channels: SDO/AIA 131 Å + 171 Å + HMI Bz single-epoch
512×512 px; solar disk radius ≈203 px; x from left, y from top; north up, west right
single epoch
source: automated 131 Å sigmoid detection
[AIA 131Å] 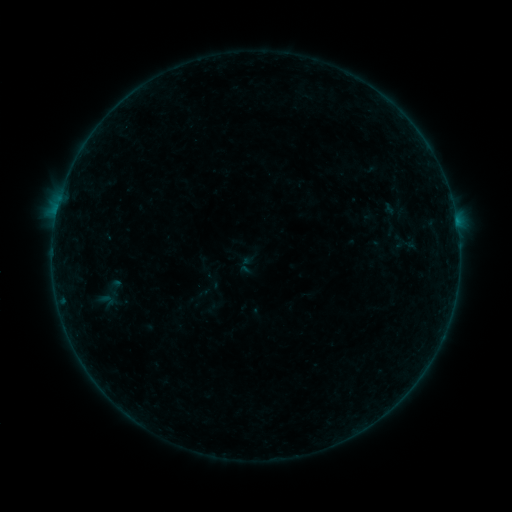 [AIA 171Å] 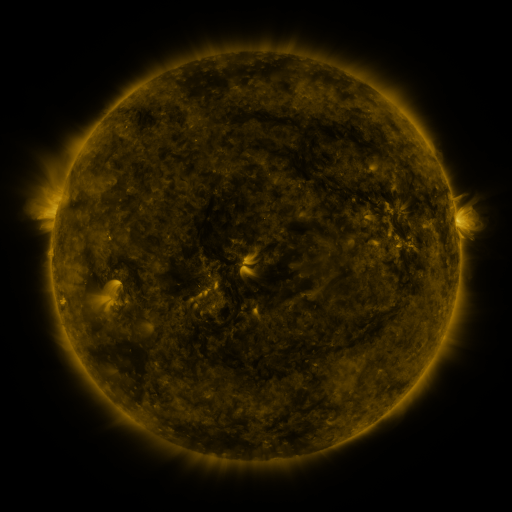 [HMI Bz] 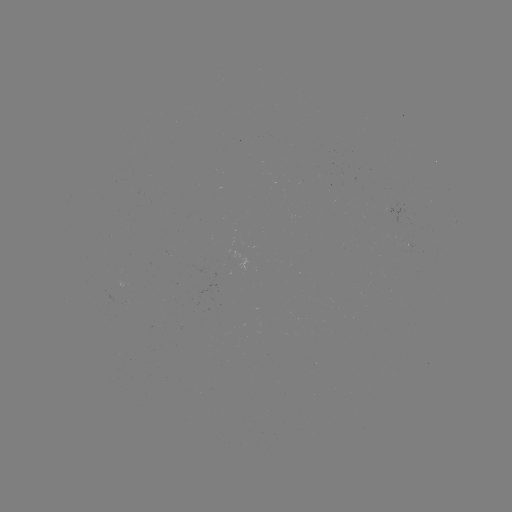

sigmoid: <bbox>103, 278, 127, 297</bbox>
